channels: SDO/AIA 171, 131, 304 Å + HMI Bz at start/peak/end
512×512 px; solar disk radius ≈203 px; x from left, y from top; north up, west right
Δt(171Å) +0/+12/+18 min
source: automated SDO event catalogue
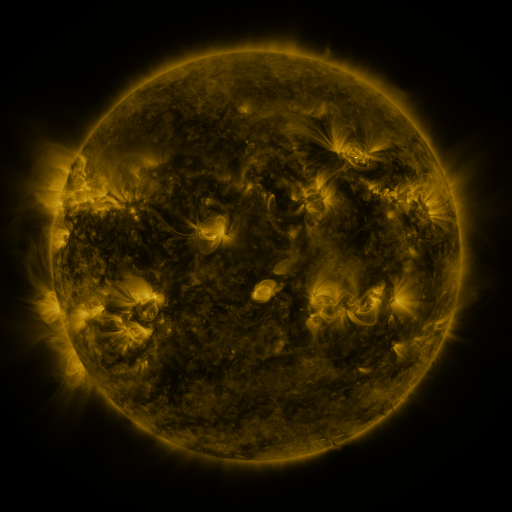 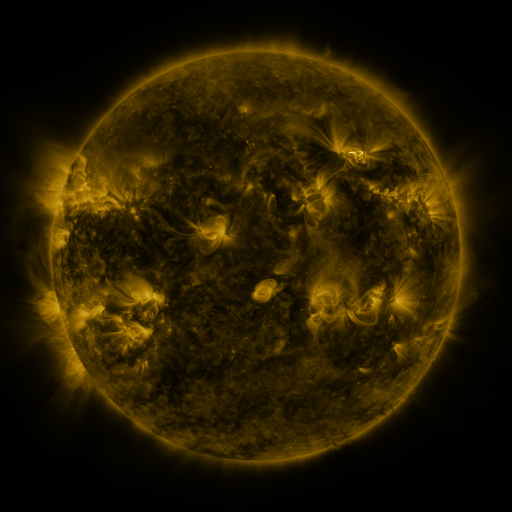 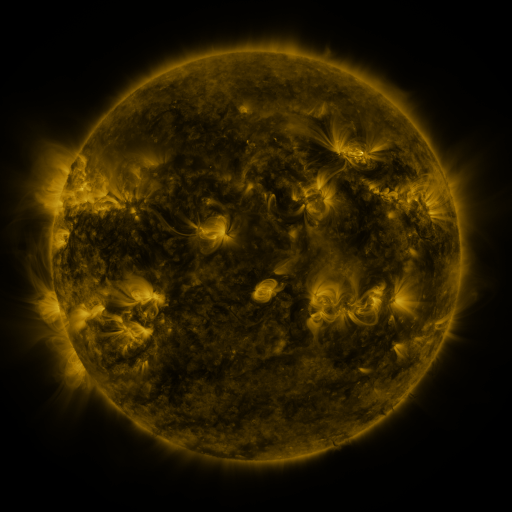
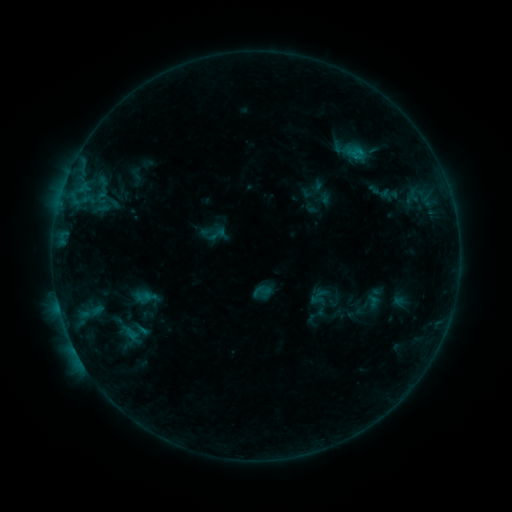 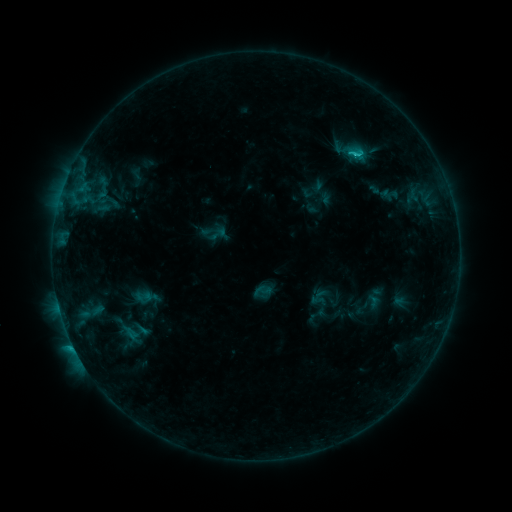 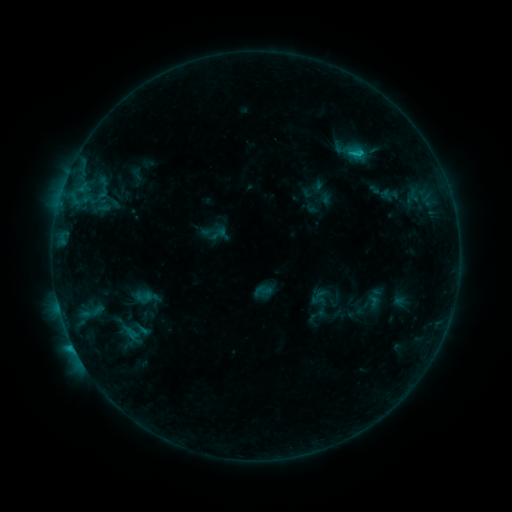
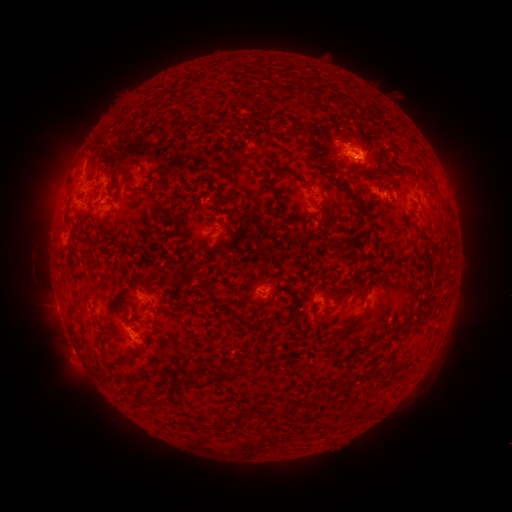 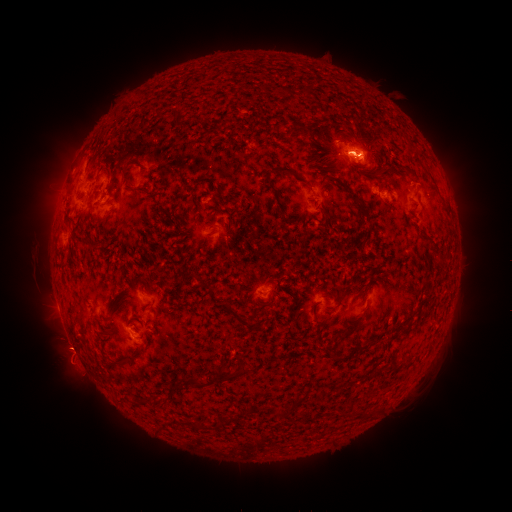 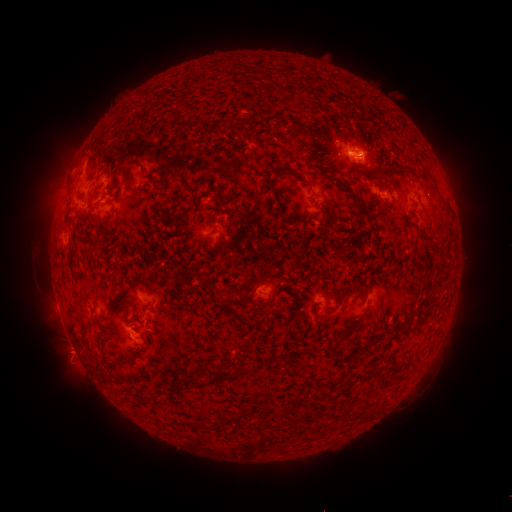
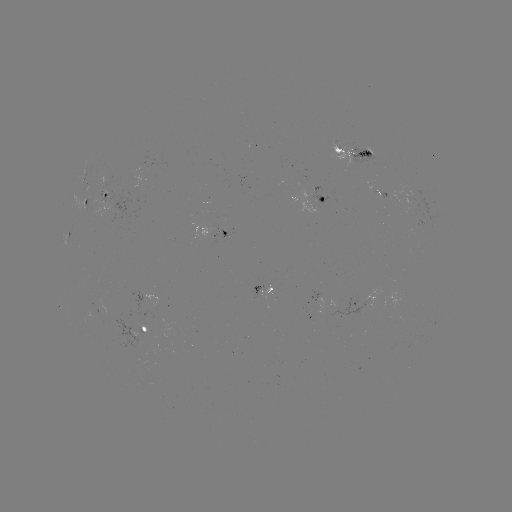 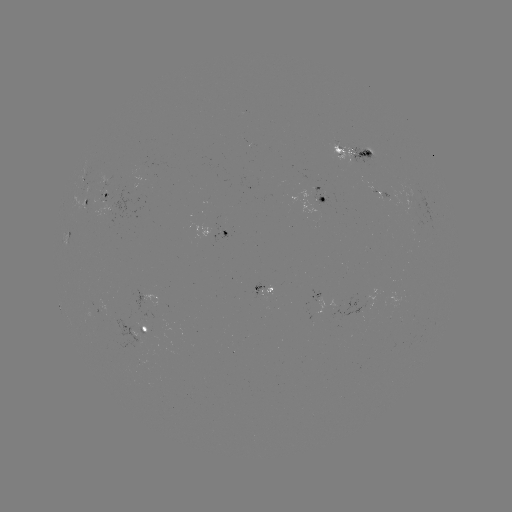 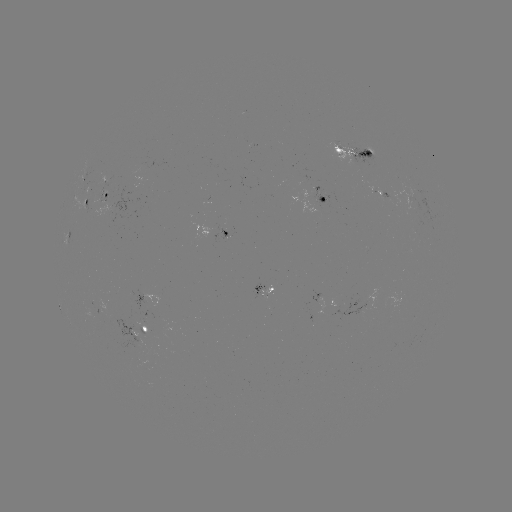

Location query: C1.7 flare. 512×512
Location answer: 354,154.